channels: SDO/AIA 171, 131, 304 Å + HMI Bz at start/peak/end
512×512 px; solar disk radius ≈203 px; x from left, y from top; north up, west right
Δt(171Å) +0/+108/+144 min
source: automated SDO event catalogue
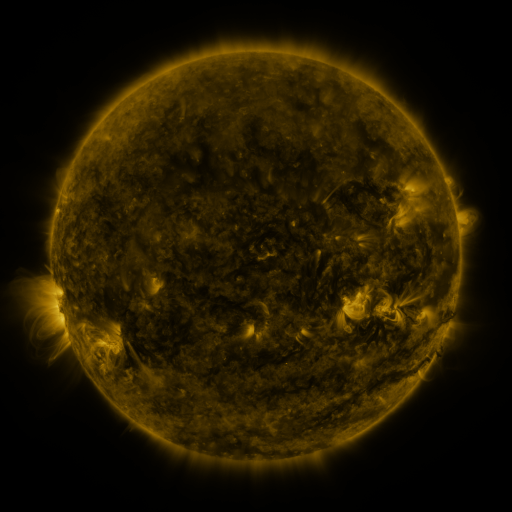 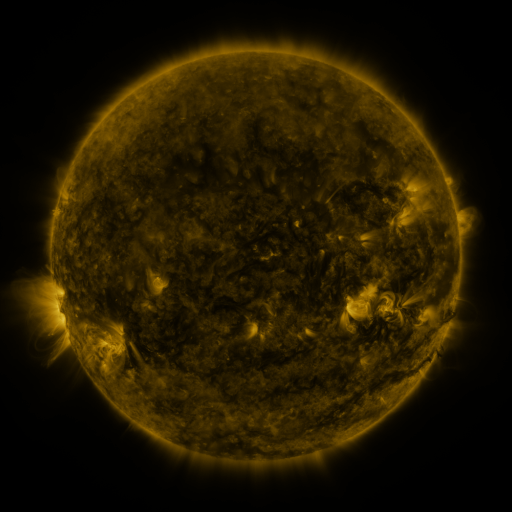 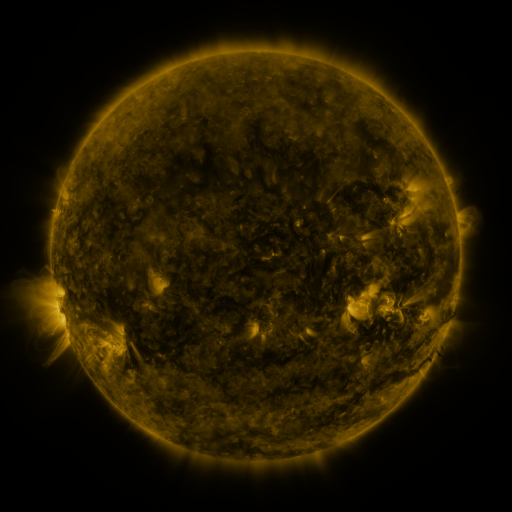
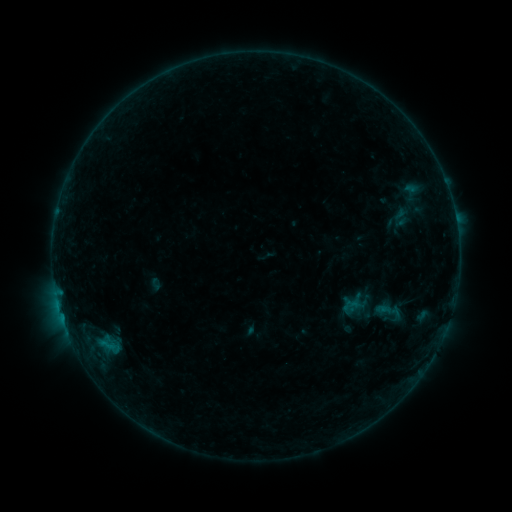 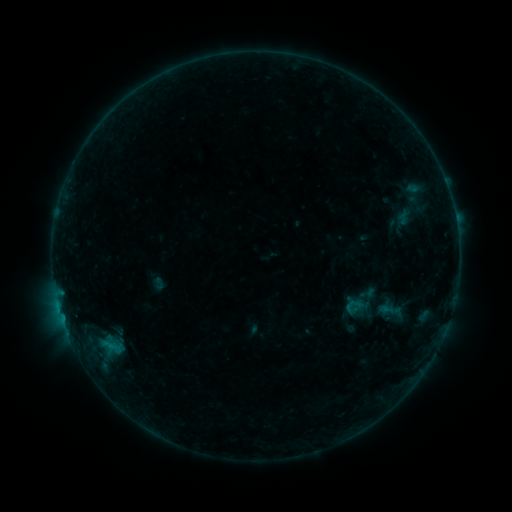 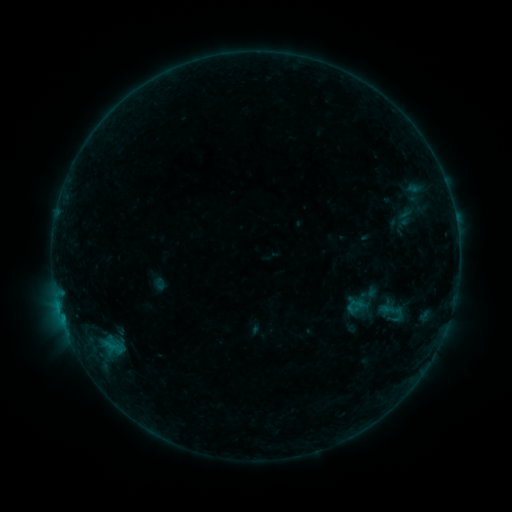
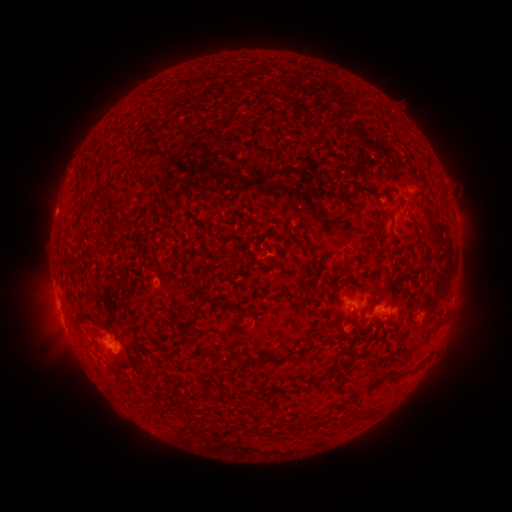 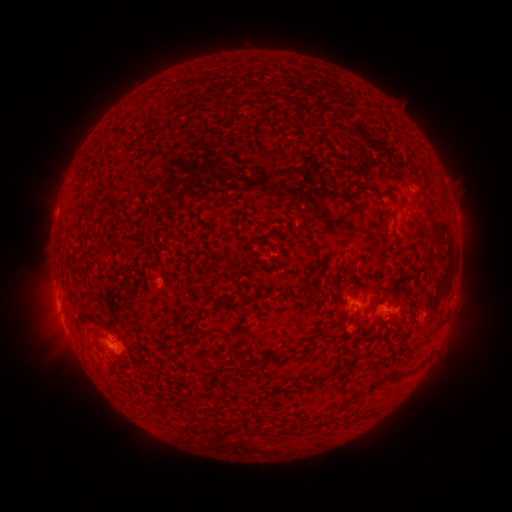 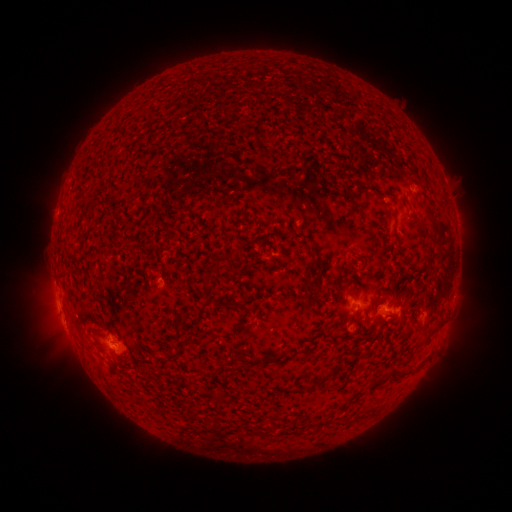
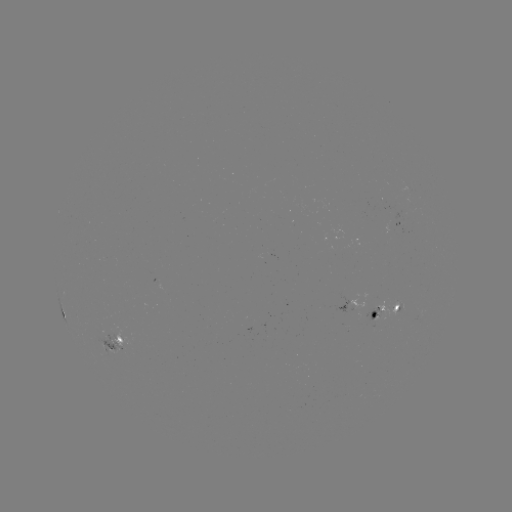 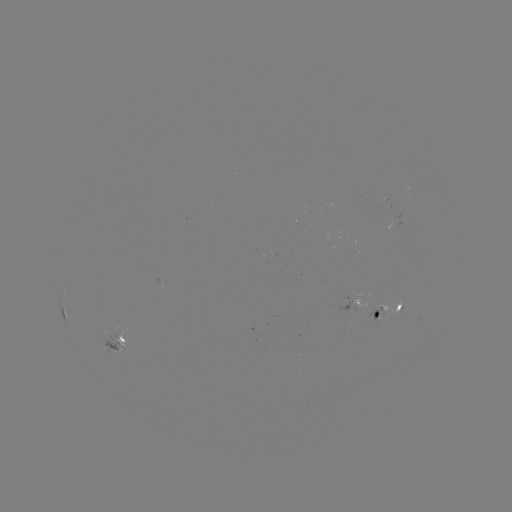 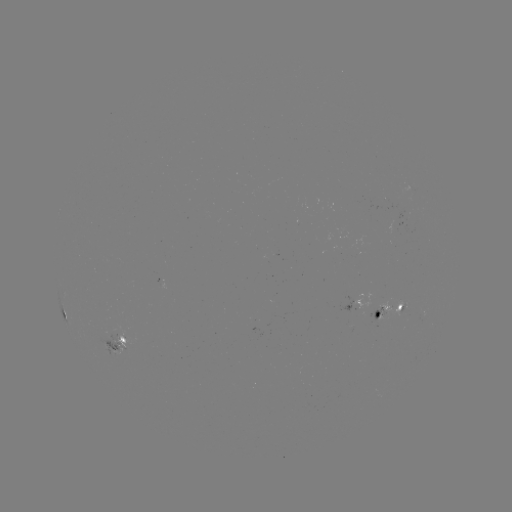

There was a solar emerging-flux region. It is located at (113, 348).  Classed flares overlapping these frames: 1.